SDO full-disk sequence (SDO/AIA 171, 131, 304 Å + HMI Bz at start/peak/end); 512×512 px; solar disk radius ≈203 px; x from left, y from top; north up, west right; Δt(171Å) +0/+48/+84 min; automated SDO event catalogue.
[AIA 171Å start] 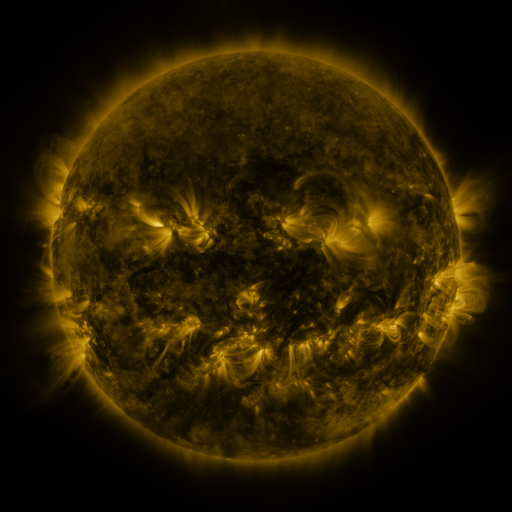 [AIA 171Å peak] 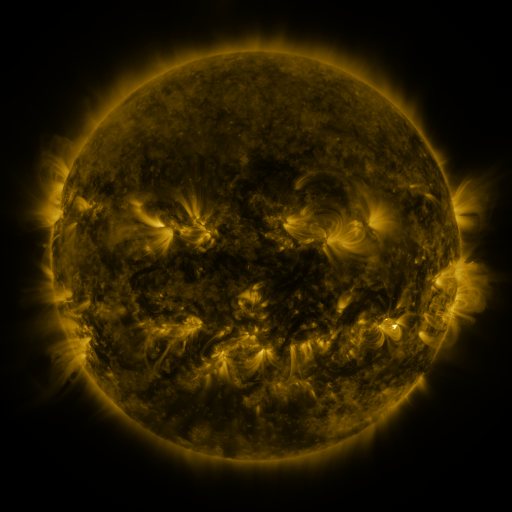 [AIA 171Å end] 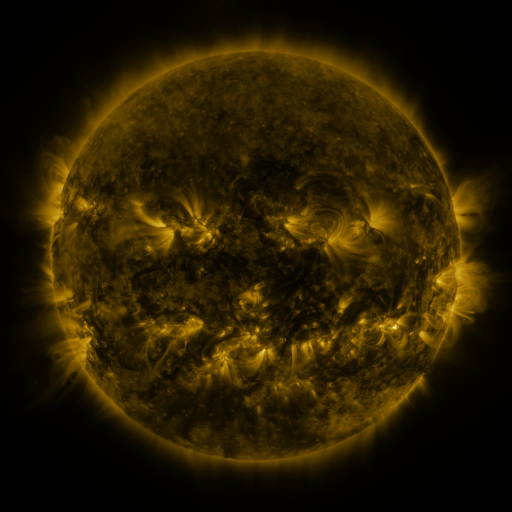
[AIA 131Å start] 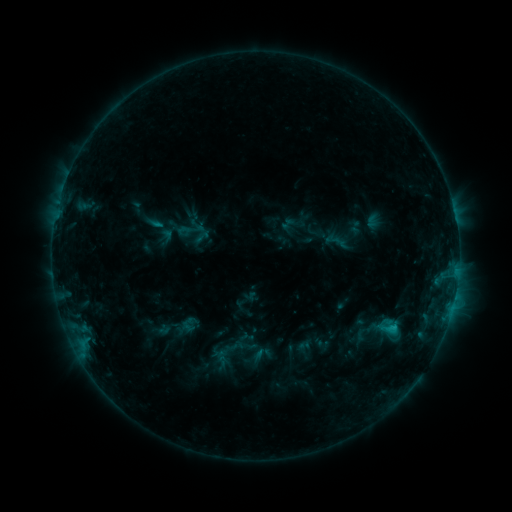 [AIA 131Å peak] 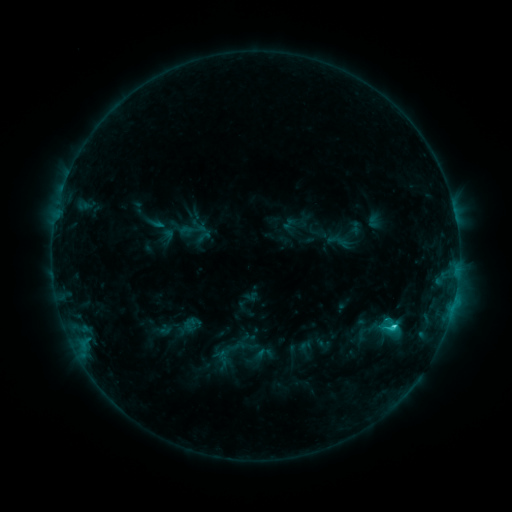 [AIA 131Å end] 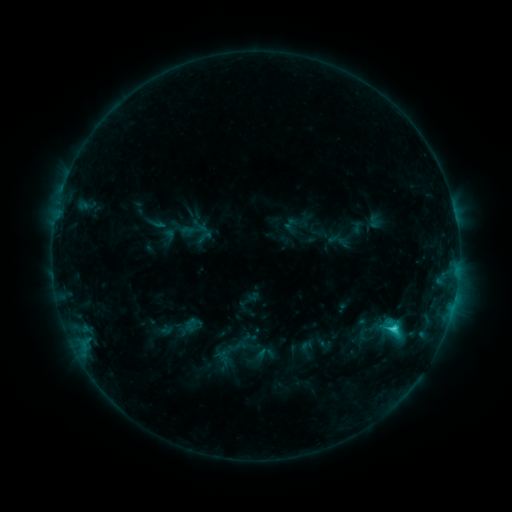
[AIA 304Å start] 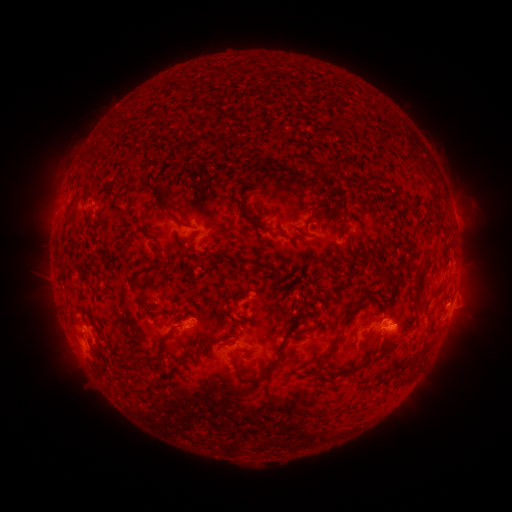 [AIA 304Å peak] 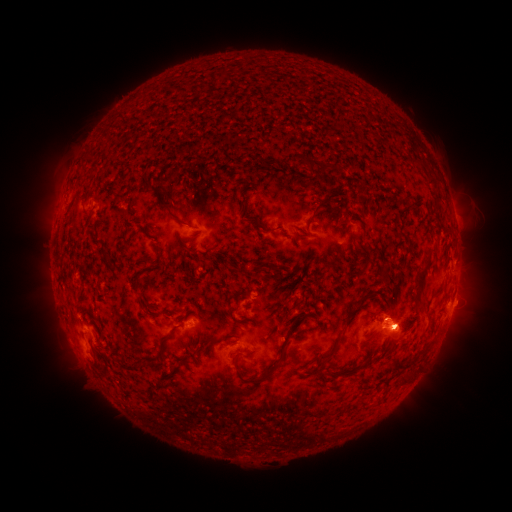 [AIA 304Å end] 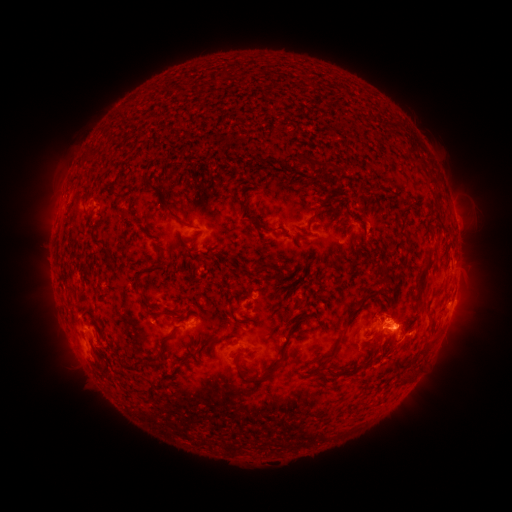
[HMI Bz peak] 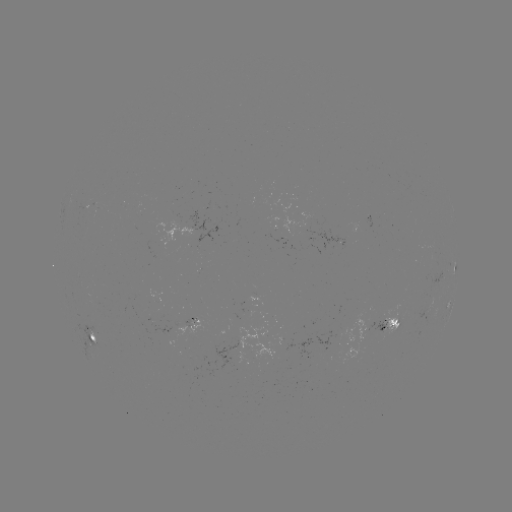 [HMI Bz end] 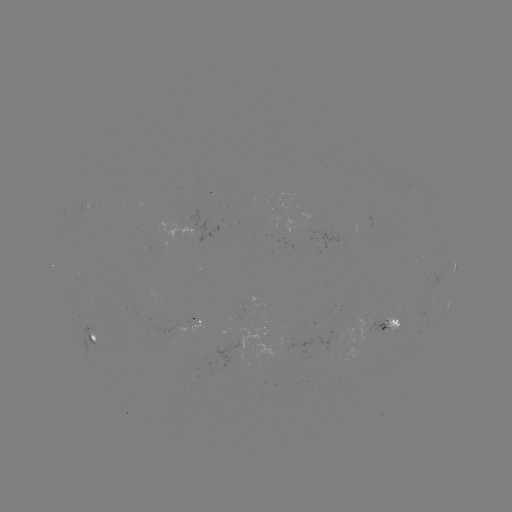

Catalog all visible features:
emerging-flux region: (96, 301)
